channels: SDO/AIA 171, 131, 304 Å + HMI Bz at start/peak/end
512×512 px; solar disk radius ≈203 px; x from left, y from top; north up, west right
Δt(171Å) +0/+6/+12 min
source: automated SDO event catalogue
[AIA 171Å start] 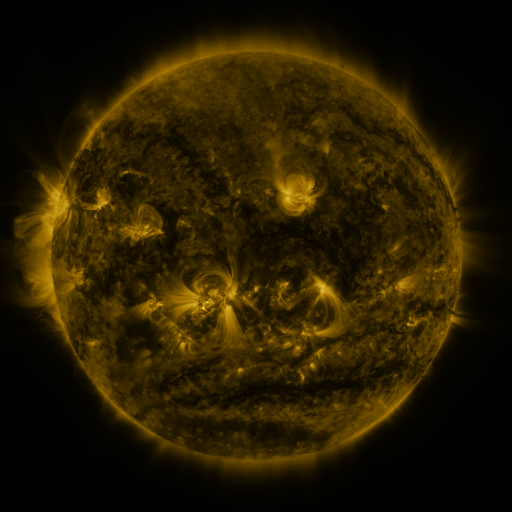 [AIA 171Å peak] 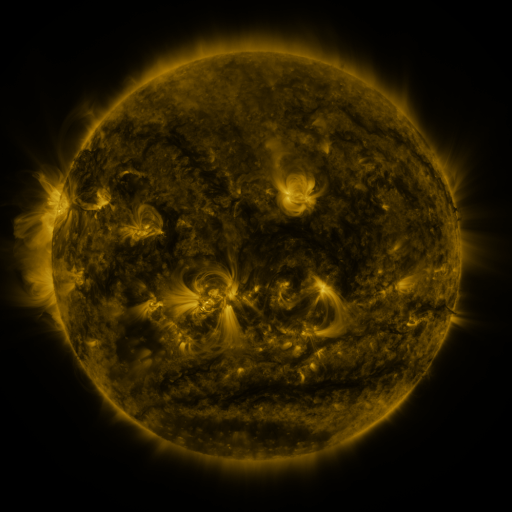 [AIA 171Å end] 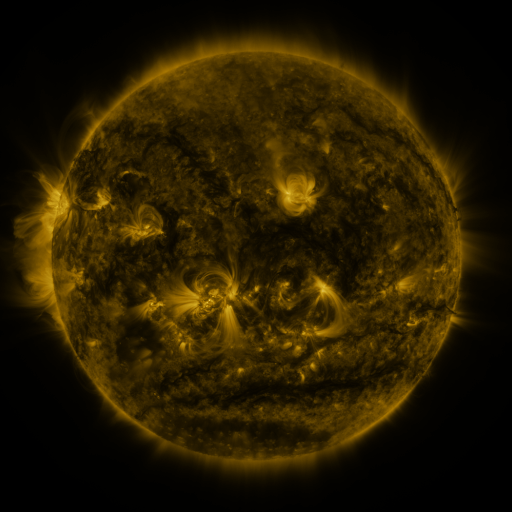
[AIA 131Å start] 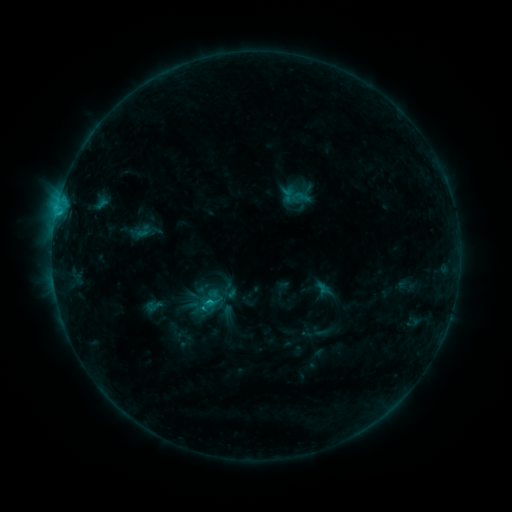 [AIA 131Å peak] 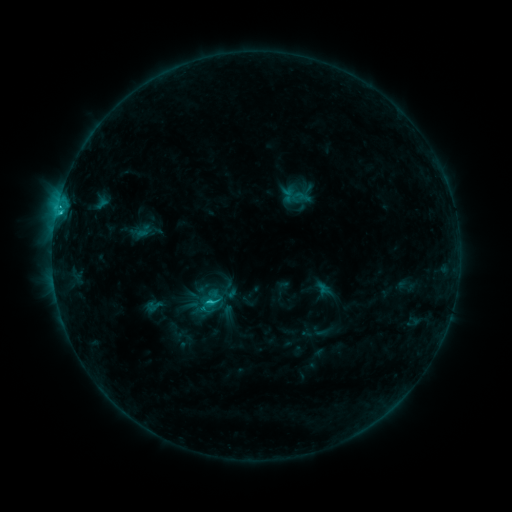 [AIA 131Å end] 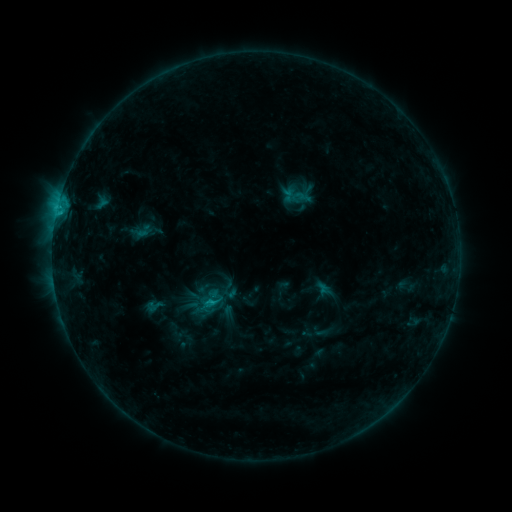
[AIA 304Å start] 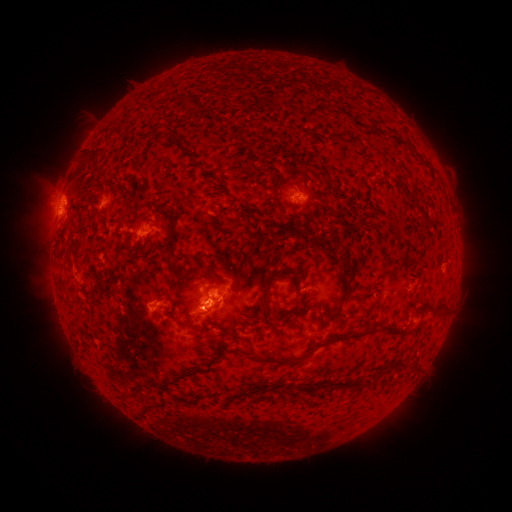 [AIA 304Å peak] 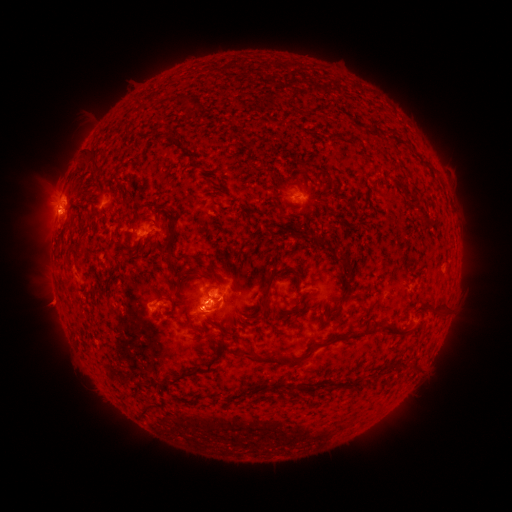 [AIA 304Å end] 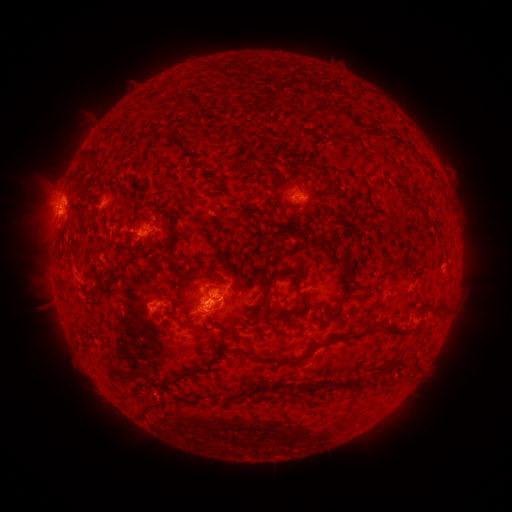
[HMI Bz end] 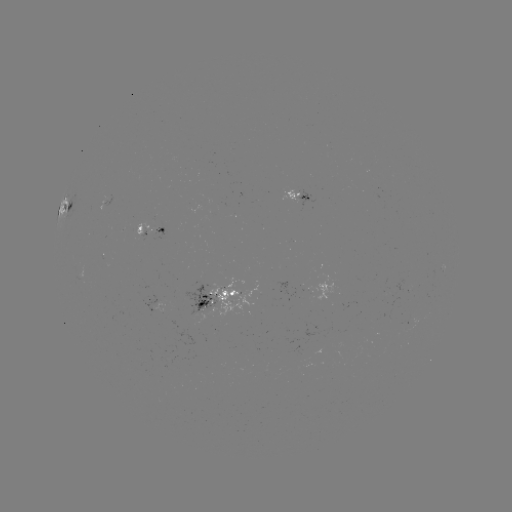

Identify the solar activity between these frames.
C1.7 flare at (61, 214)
